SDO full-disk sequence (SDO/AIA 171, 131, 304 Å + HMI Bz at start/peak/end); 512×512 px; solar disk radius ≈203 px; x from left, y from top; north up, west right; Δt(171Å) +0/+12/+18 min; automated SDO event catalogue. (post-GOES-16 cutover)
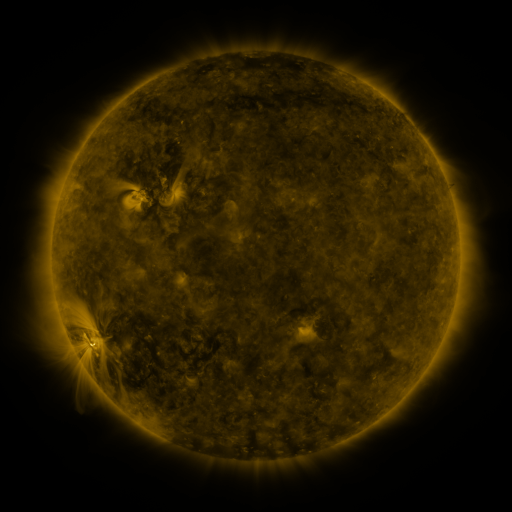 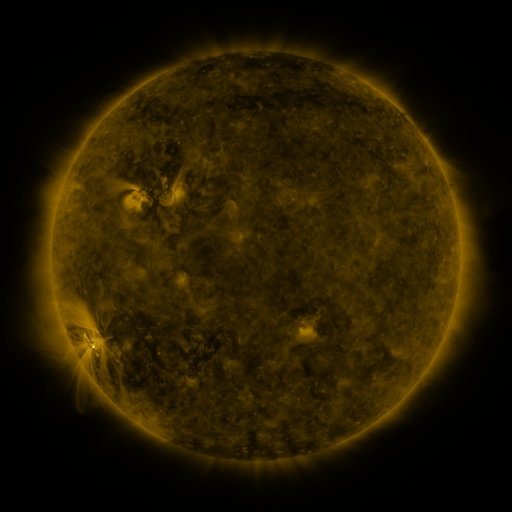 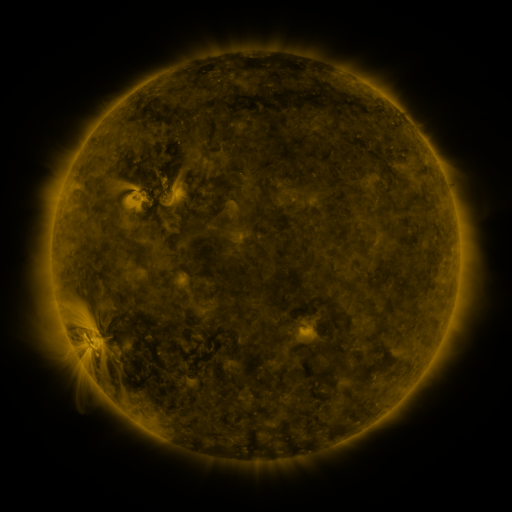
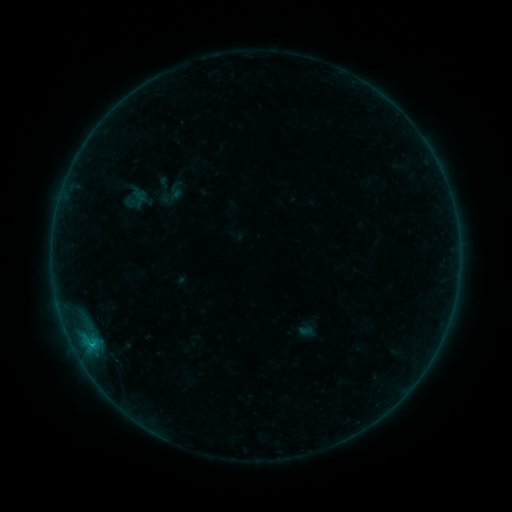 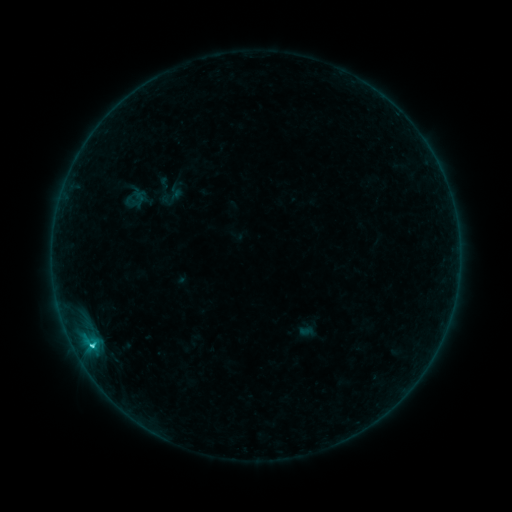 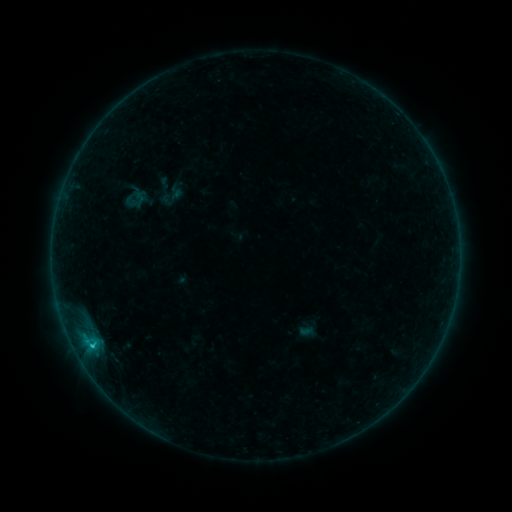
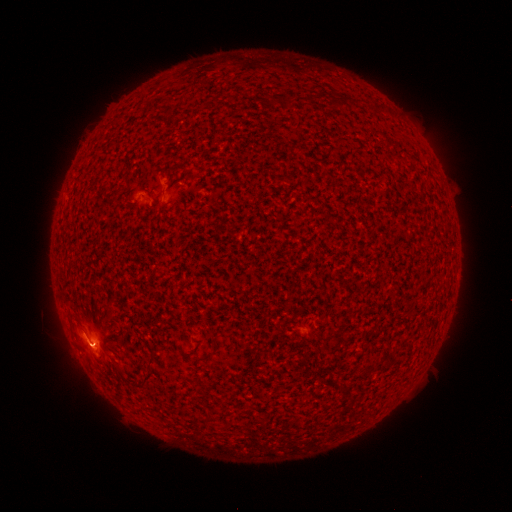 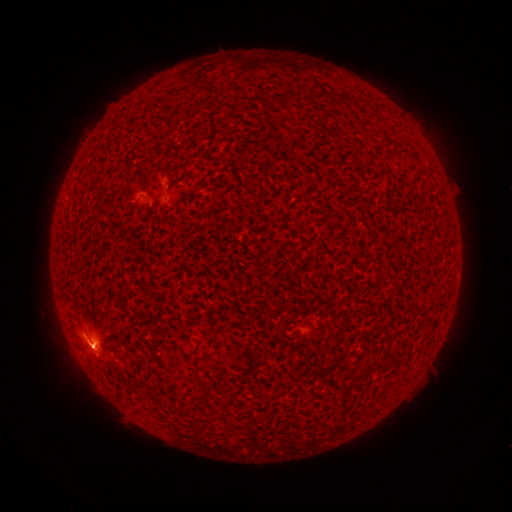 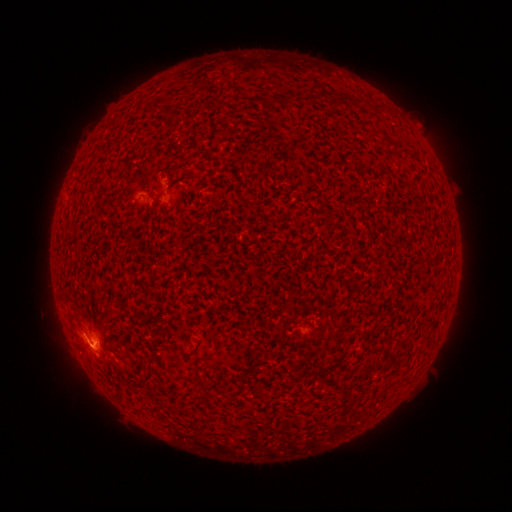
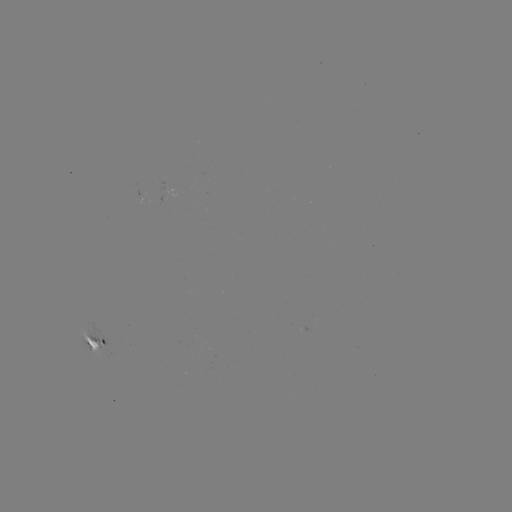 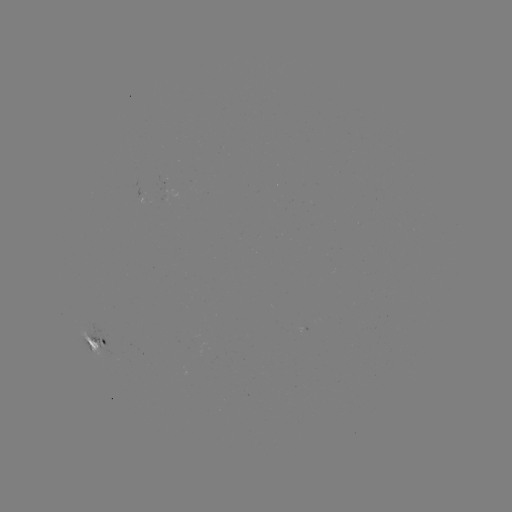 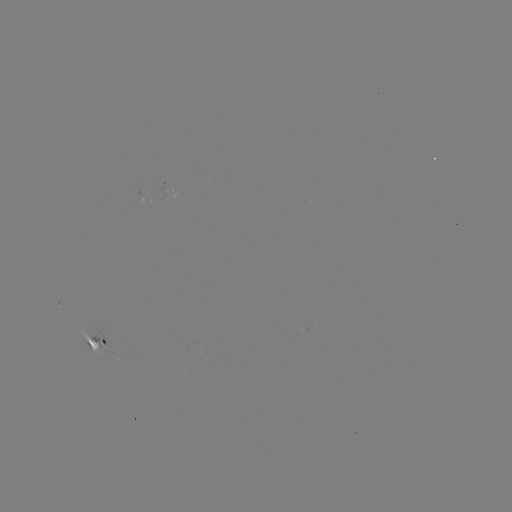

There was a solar flare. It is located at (91, 344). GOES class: C1.8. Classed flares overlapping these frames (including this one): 1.